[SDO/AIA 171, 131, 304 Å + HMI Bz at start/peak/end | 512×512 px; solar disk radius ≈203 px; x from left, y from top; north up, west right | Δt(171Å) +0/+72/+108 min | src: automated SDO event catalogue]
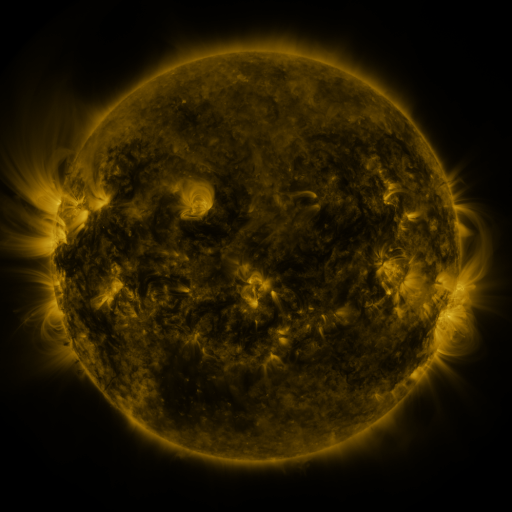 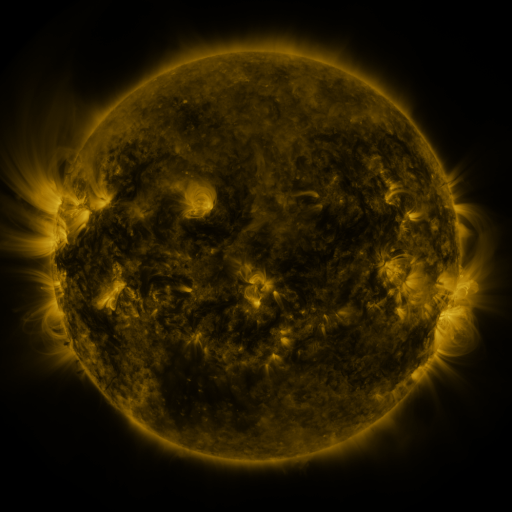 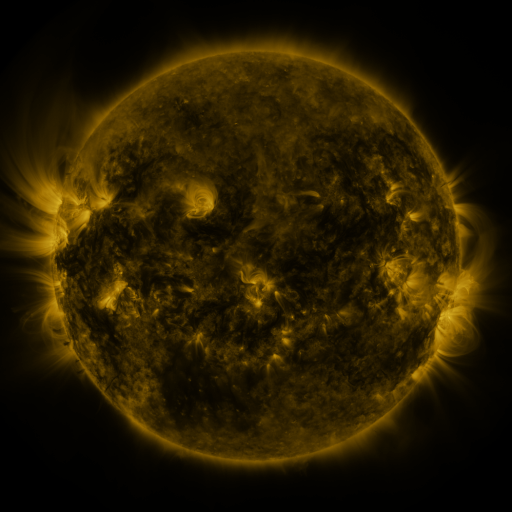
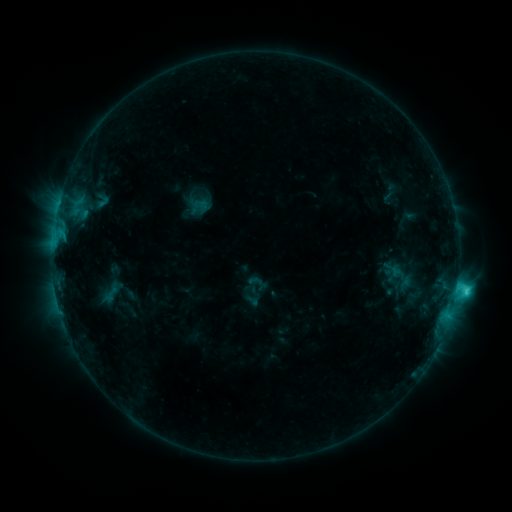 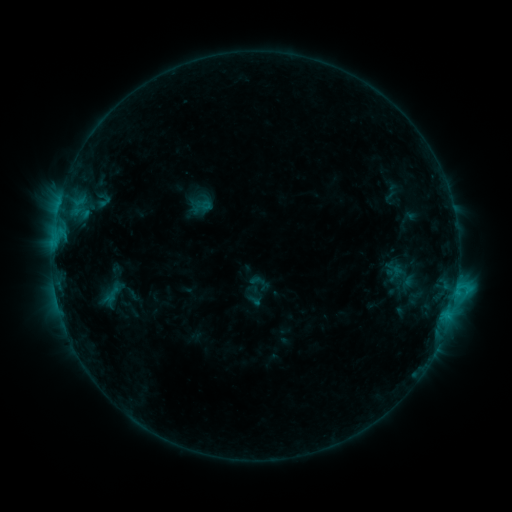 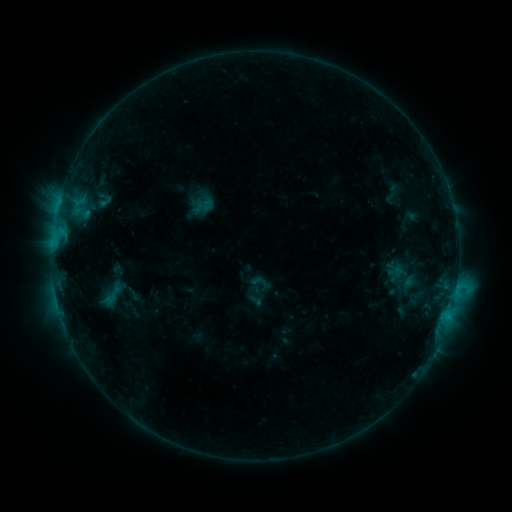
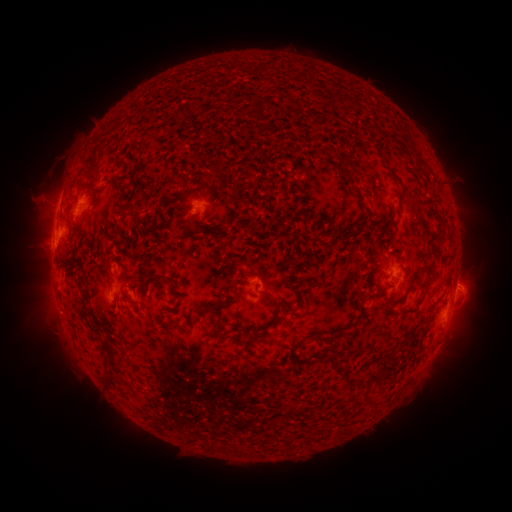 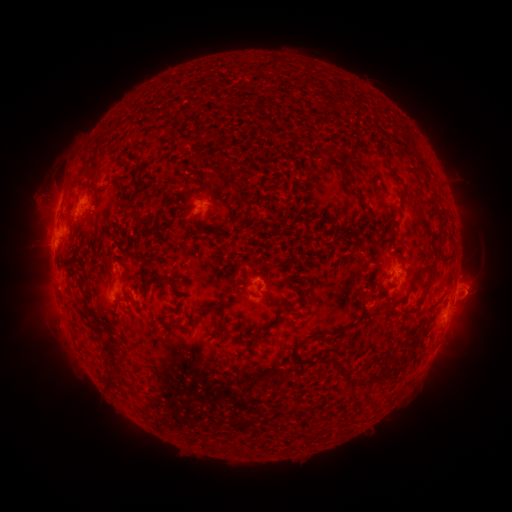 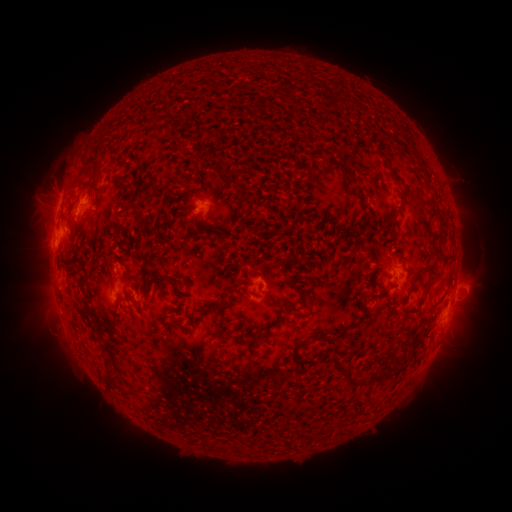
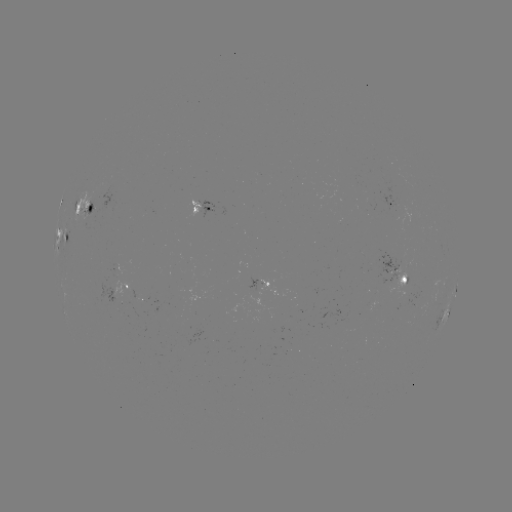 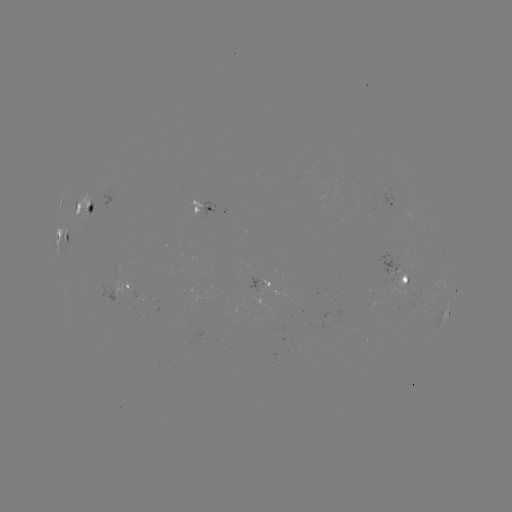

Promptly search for emerging-flux region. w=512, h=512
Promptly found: [104, 293].